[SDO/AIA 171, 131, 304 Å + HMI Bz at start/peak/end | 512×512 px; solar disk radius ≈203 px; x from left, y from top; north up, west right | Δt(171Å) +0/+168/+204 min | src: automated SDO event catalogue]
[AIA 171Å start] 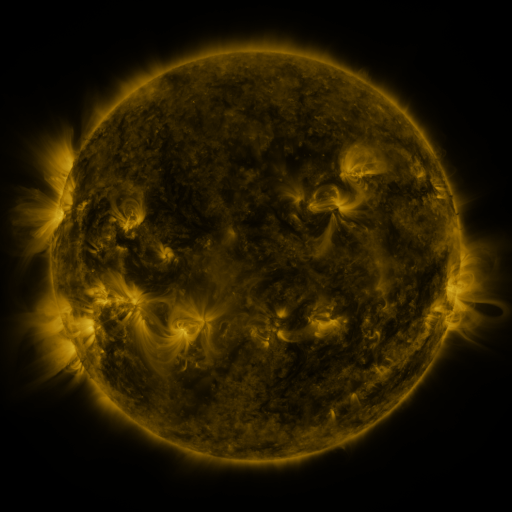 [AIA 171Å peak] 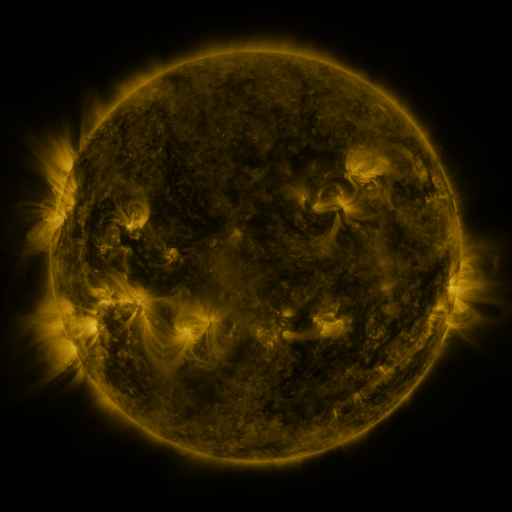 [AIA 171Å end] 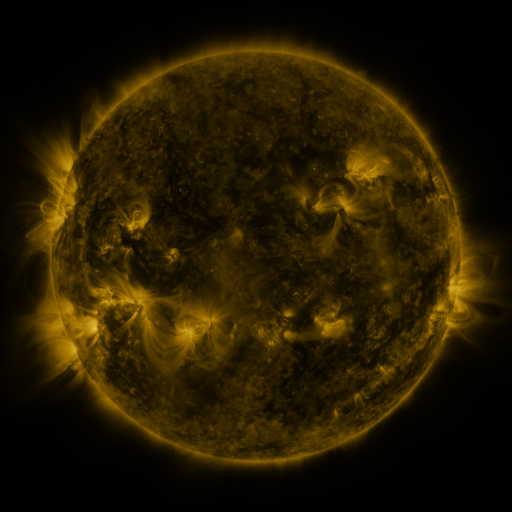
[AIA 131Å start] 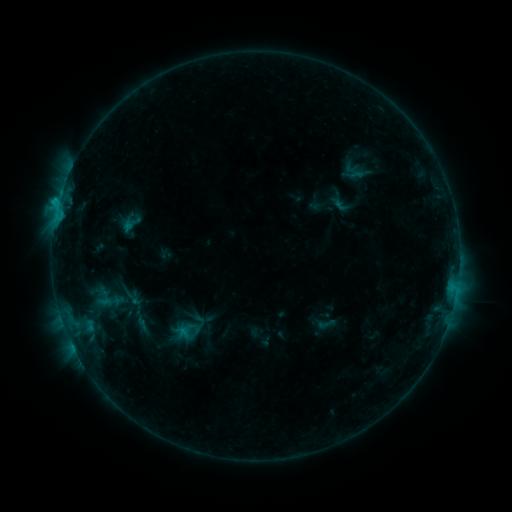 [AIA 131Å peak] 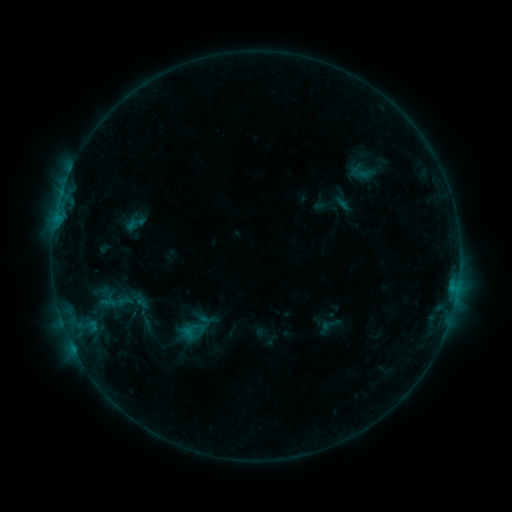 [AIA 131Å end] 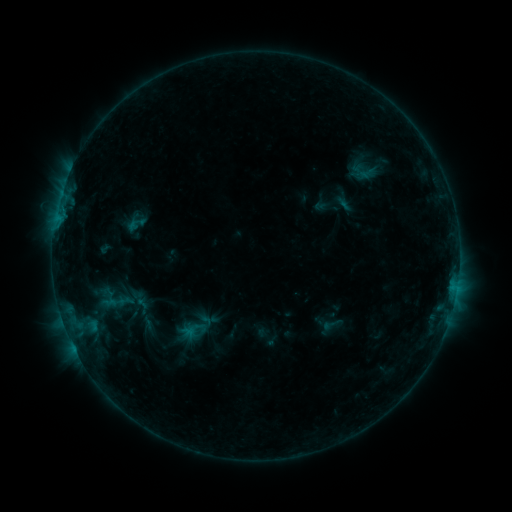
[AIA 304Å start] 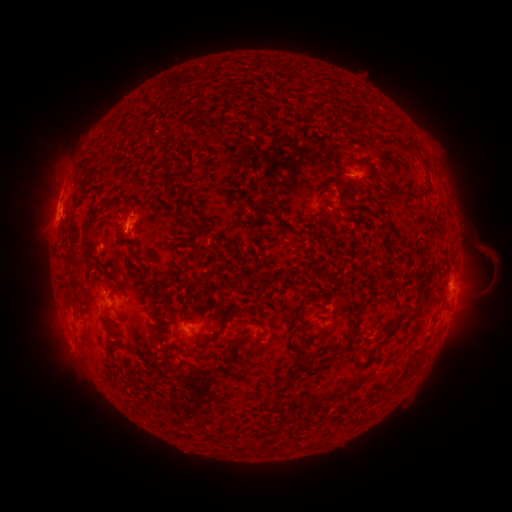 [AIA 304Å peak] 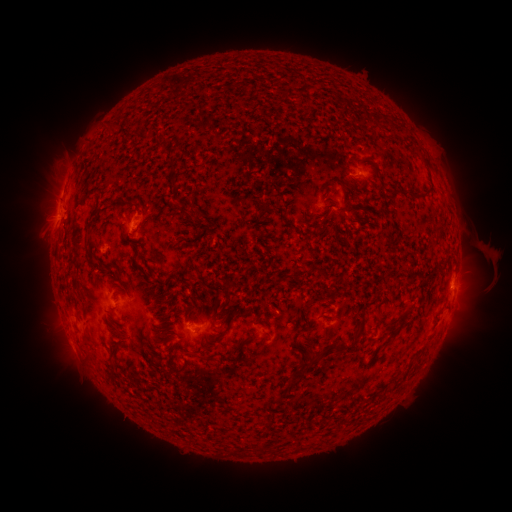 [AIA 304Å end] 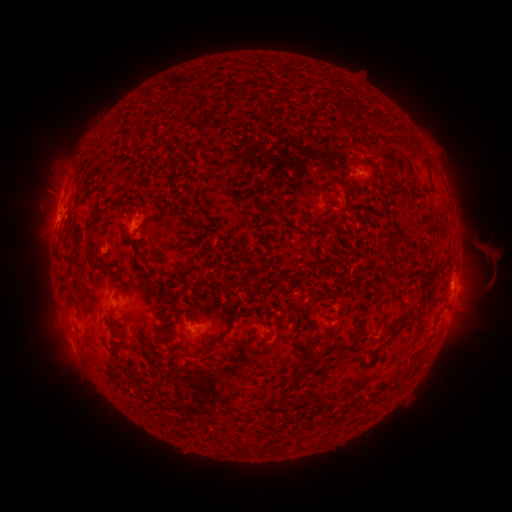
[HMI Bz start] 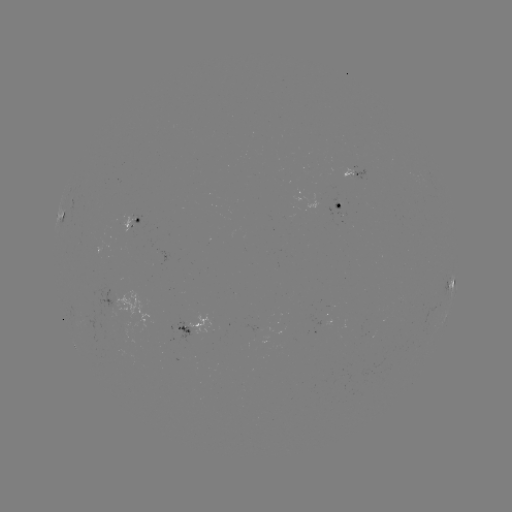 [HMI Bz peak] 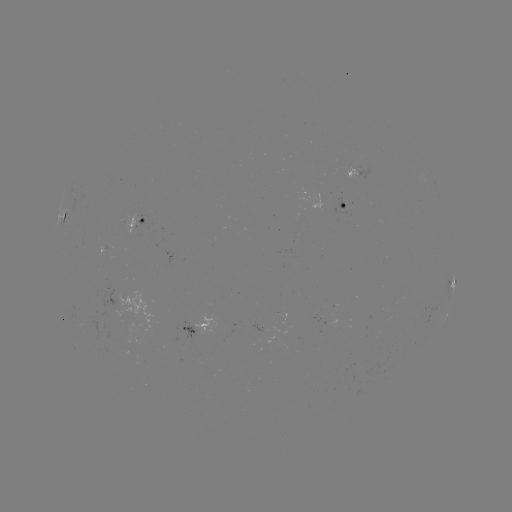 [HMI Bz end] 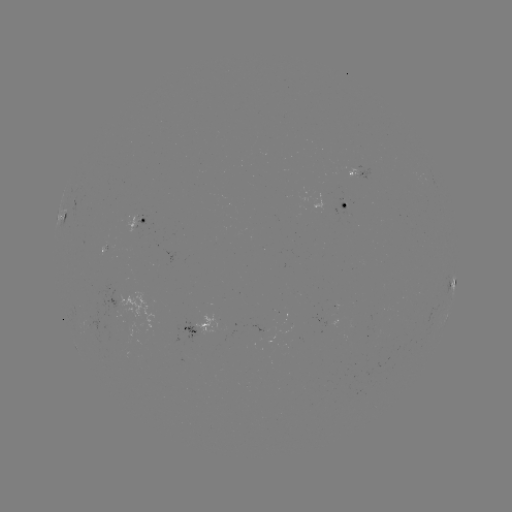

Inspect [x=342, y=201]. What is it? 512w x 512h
emerging-flux region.